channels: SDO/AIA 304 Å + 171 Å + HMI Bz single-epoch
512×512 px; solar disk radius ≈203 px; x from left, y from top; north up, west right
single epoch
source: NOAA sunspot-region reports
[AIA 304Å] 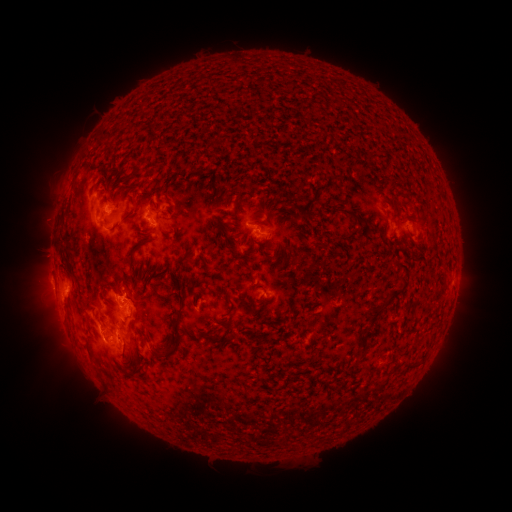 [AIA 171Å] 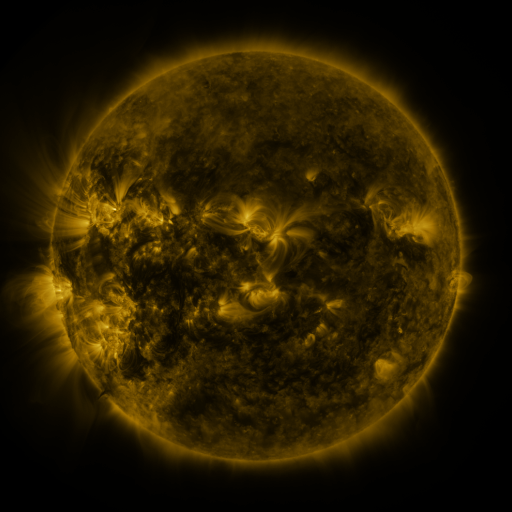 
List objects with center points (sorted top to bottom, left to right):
spotted active region: (114, 210)
spotted active region: (156, 219)
spotted active region: (394, 221)
spotted active region: (412, 230)
spotted active region: (263, 234)
spotted active region: (270, 287)
spotted active region: (69, 288)
spotted active region: (130, 302)
spotted active region: (118, 332)
